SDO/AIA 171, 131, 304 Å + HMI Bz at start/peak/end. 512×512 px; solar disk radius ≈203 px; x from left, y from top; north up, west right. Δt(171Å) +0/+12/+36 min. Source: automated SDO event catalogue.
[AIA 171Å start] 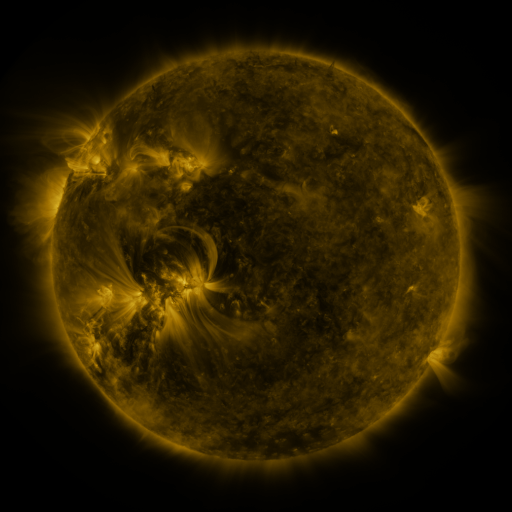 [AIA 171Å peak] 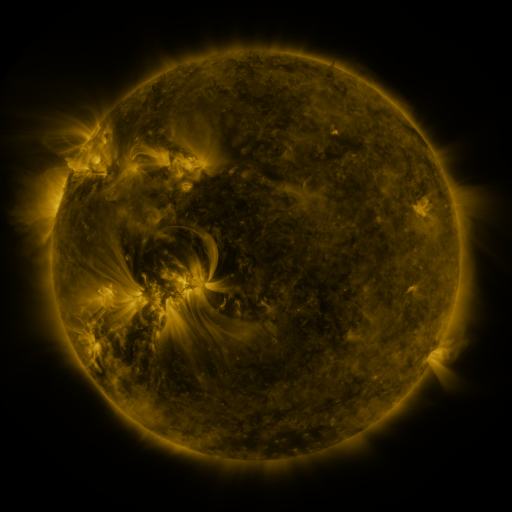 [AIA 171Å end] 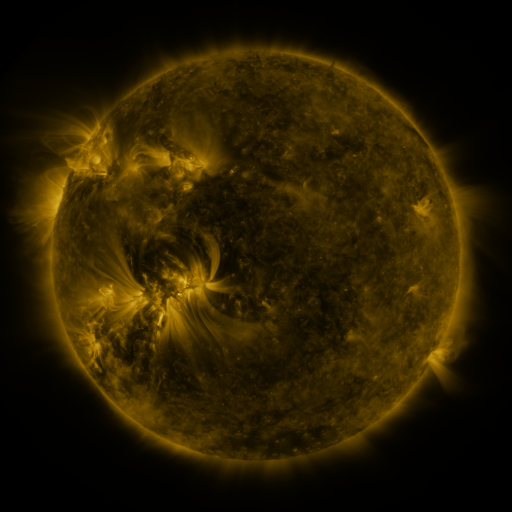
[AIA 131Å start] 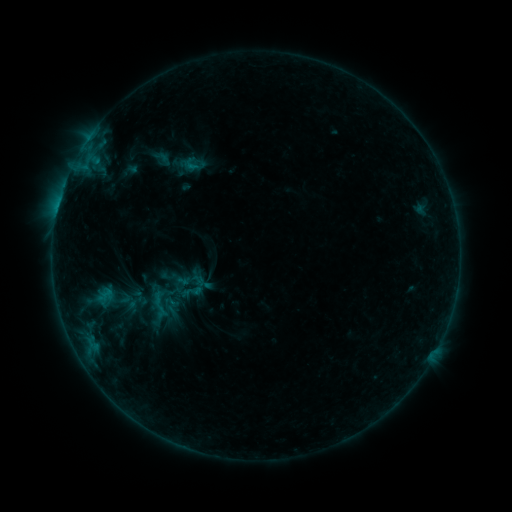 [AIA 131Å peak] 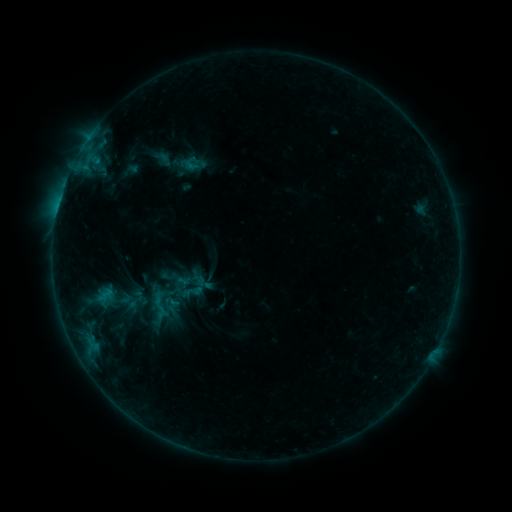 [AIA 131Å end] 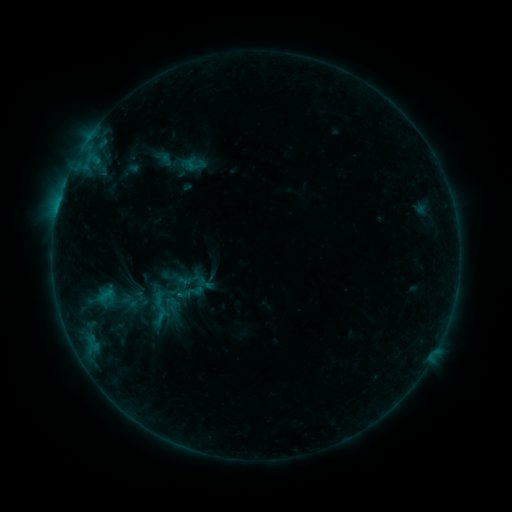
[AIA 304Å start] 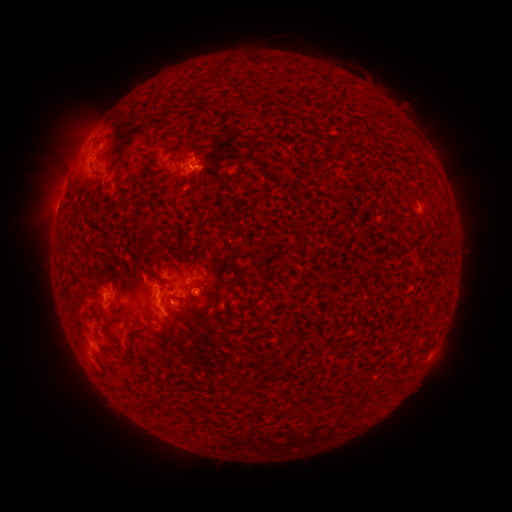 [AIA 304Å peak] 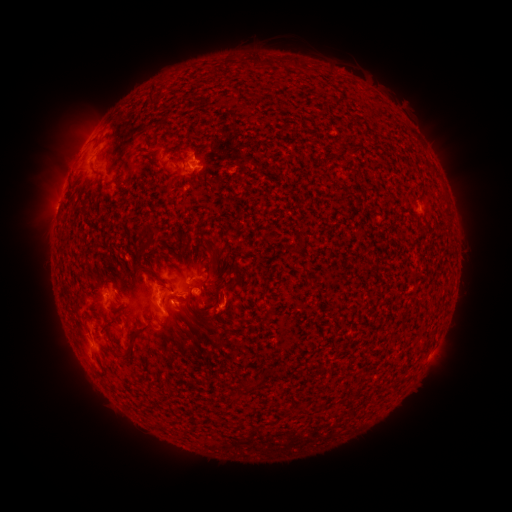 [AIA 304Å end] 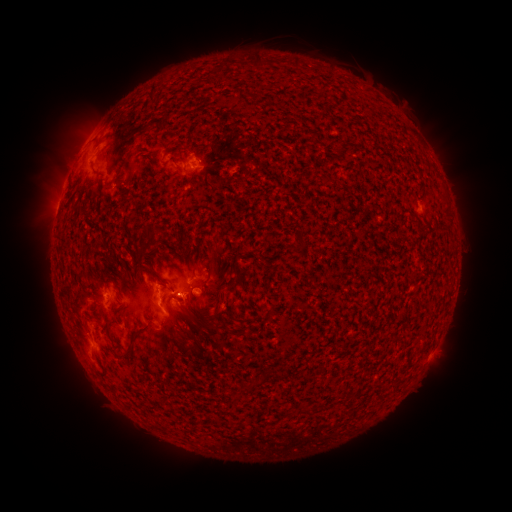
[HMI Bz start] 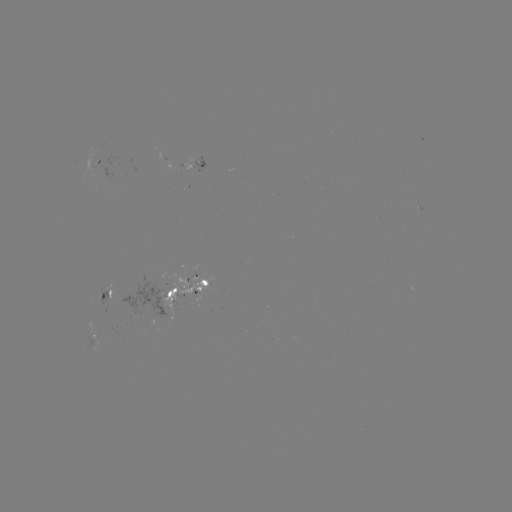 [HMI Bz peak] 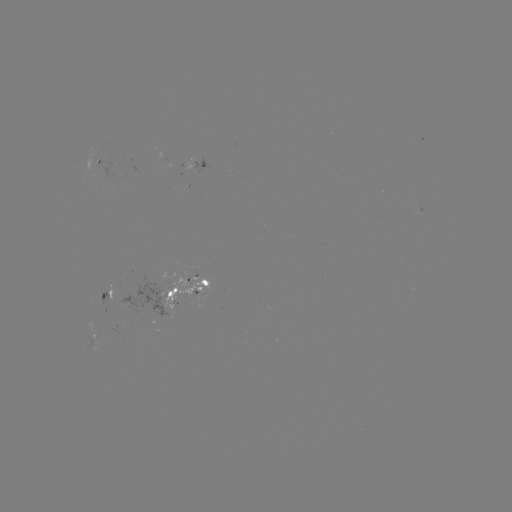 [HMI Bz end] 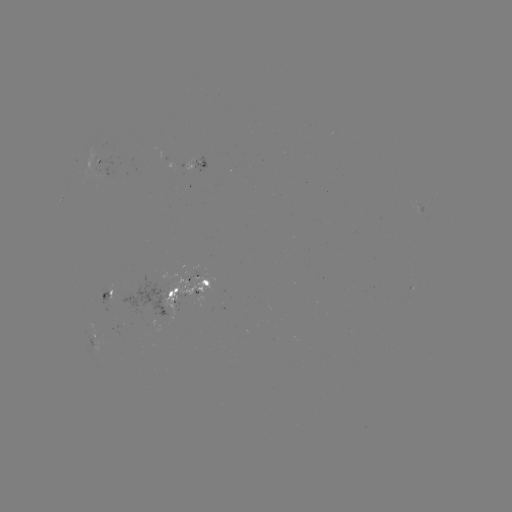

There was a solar emerging-flux region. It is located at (175, 308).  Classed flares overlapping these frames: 1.